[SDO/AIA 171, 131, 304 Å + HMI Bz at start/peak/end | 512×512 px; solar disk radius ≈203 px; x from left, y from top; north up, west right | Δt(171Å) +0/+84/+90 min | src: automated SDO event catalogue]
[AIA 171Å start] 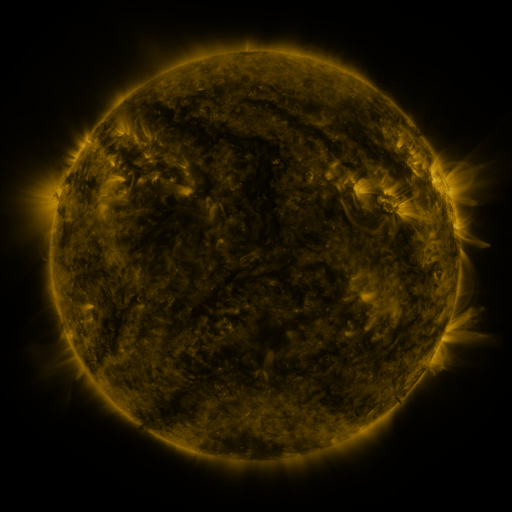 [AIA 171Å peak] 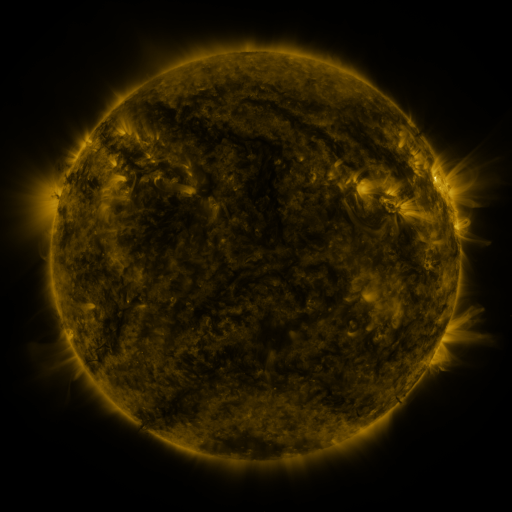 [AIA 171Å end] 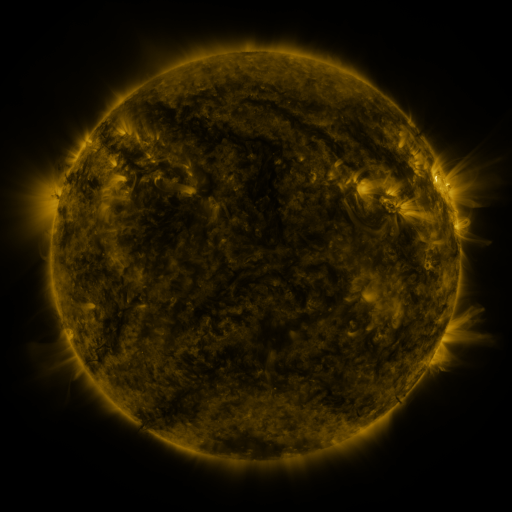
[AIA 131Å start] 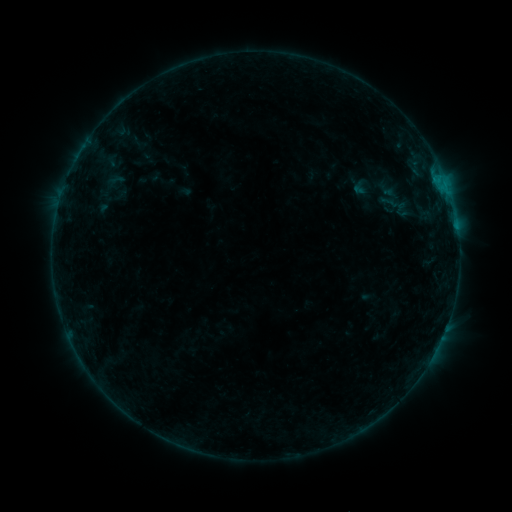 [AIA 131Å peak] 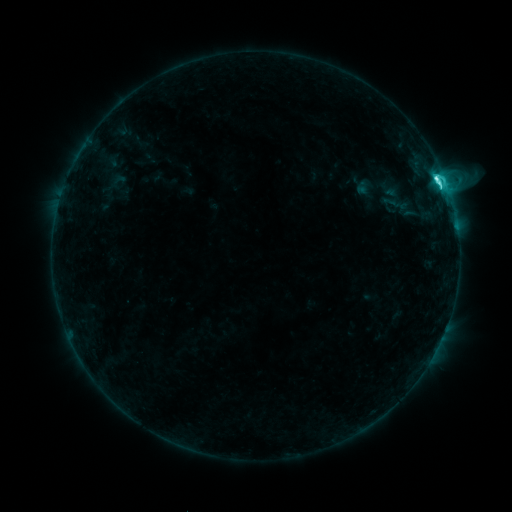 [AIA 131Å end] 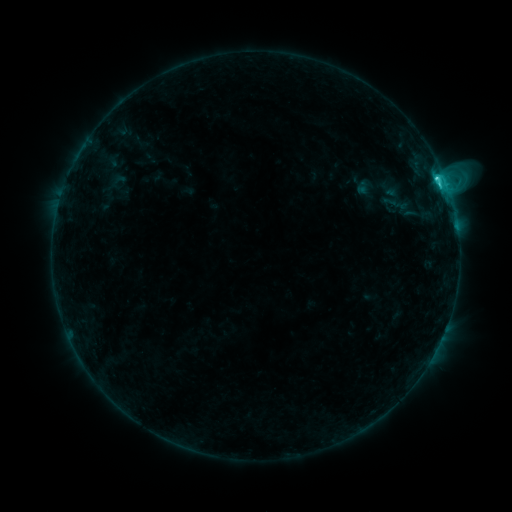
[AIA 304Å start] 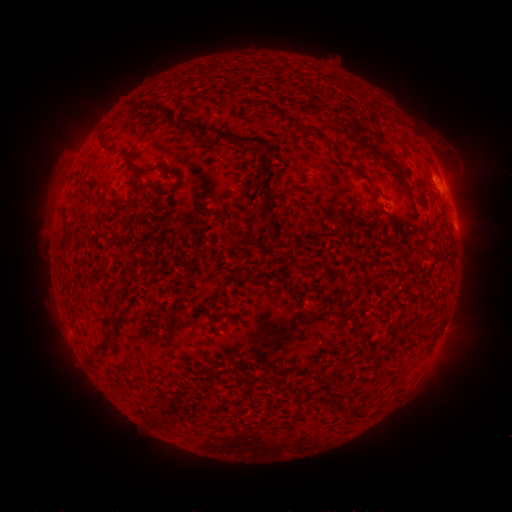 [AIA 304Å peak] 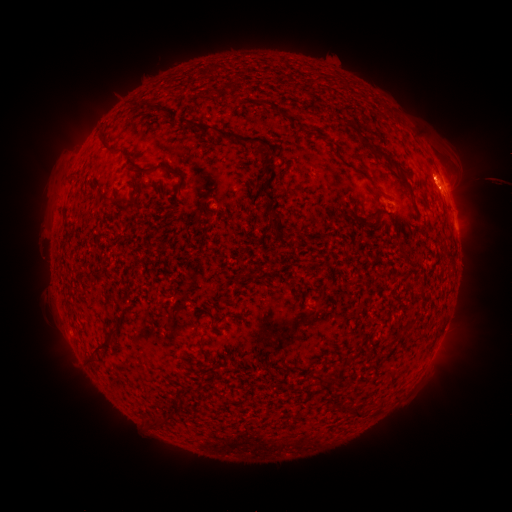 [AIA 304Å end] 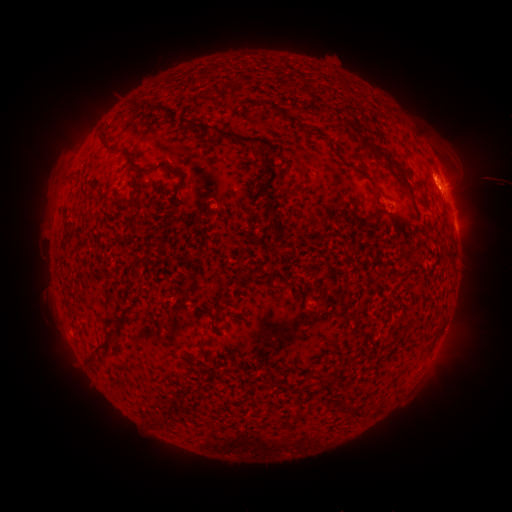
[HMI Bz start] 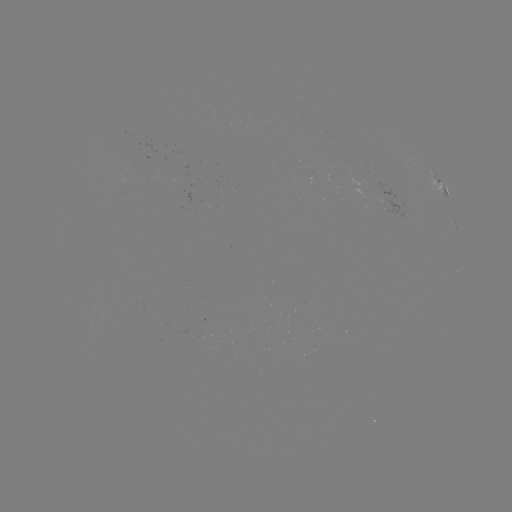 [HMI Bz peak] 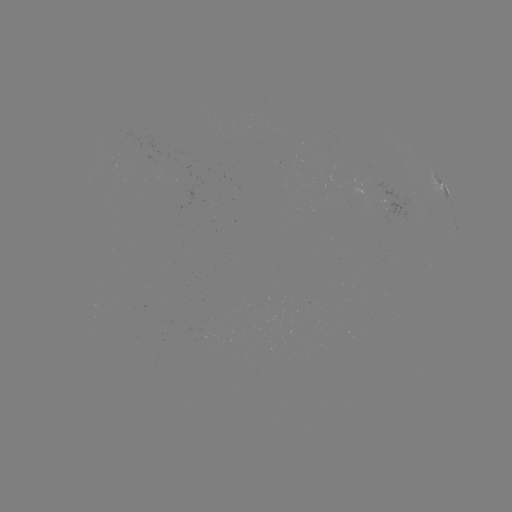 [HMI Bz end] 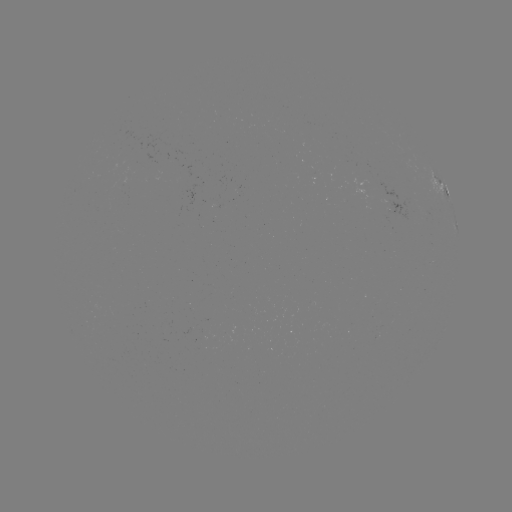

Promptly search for C6.8 flare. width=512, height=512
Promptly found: [435, 179].